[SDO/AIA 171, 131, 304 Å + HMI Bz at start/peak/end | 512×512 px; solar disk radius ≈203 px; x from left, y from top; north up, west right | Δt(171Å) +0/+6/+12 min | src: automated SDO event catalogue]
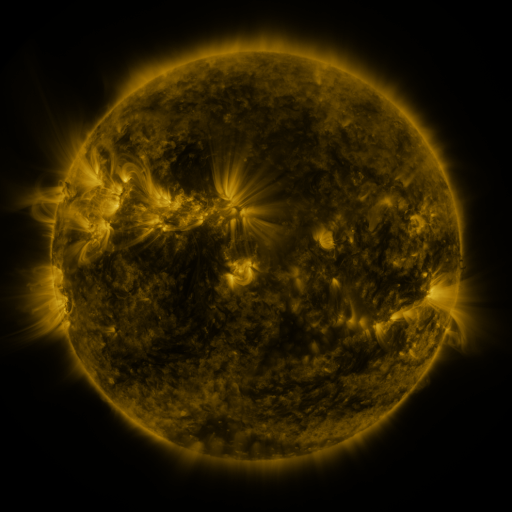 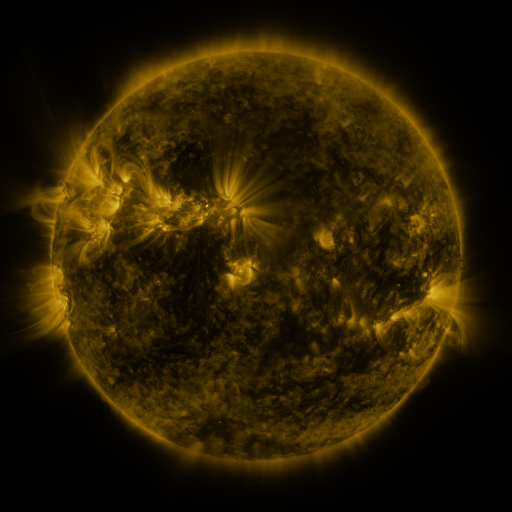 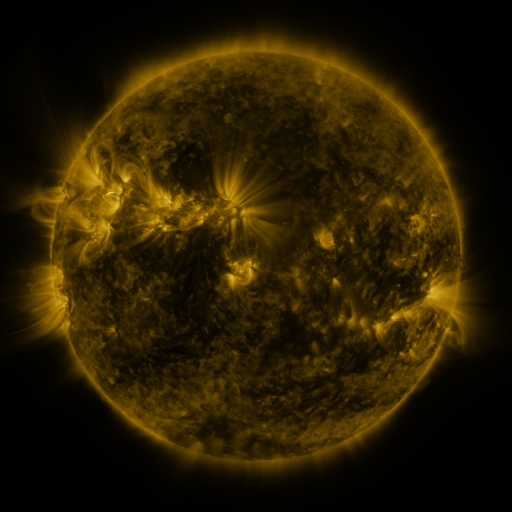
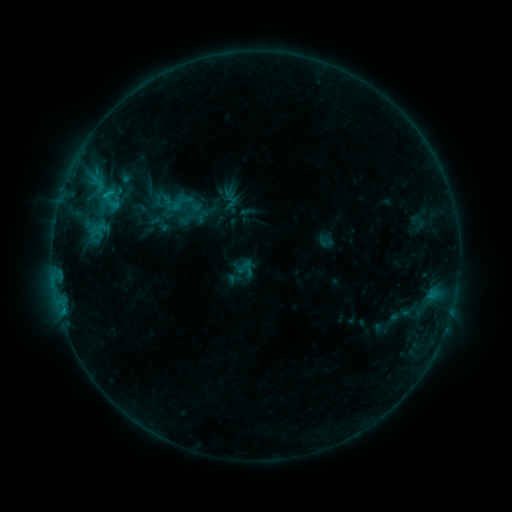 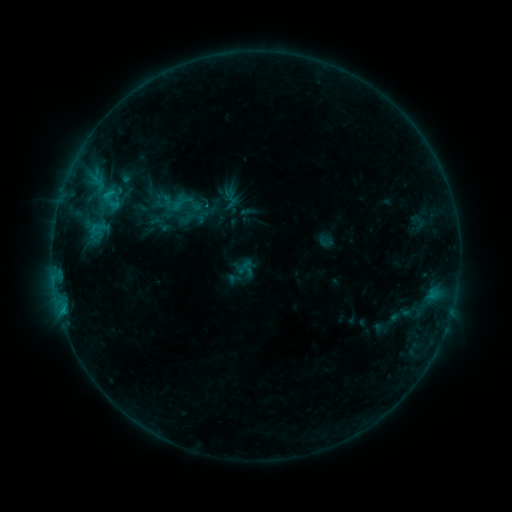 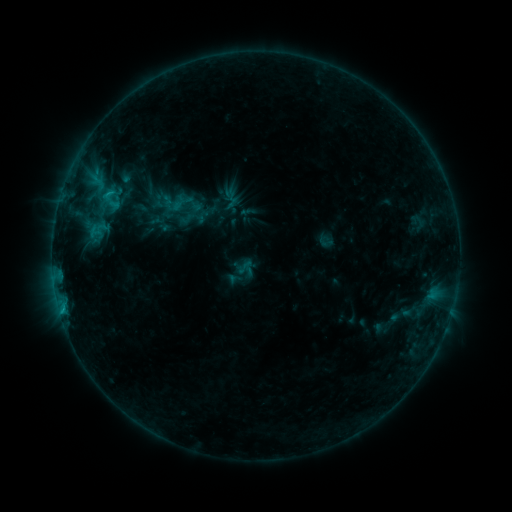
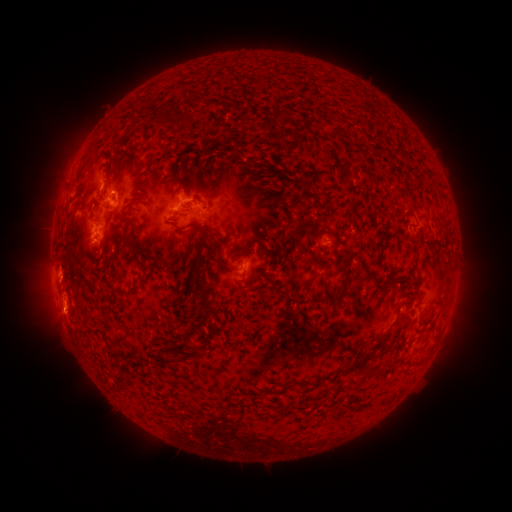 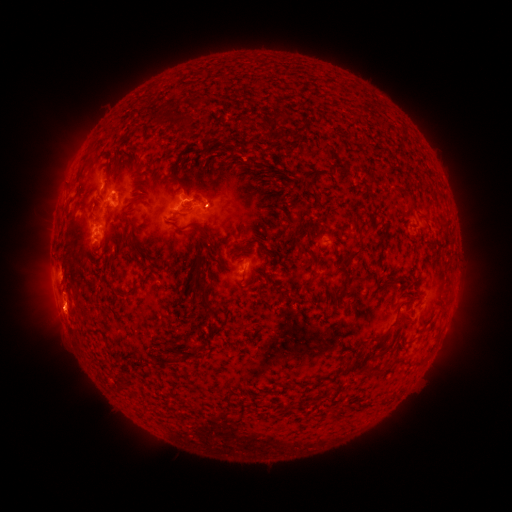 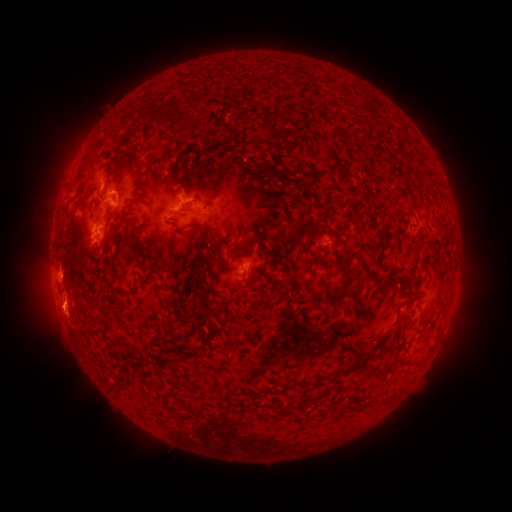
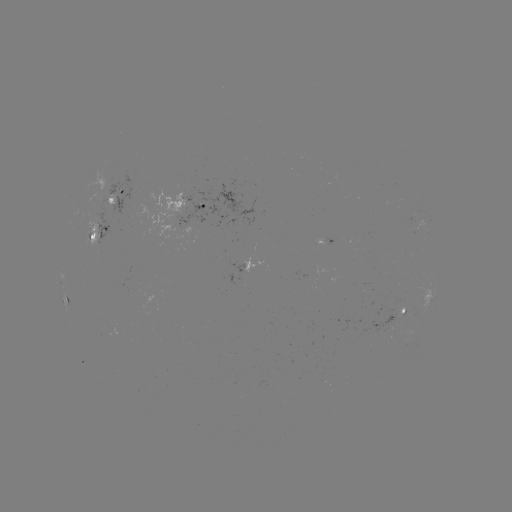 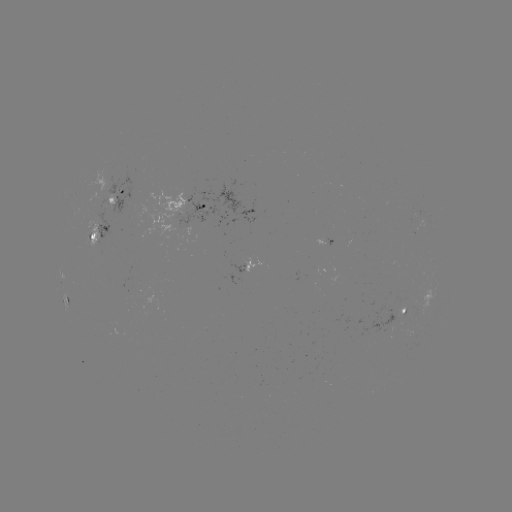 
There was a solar eruption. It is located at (63, 311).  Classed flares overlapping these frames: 1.